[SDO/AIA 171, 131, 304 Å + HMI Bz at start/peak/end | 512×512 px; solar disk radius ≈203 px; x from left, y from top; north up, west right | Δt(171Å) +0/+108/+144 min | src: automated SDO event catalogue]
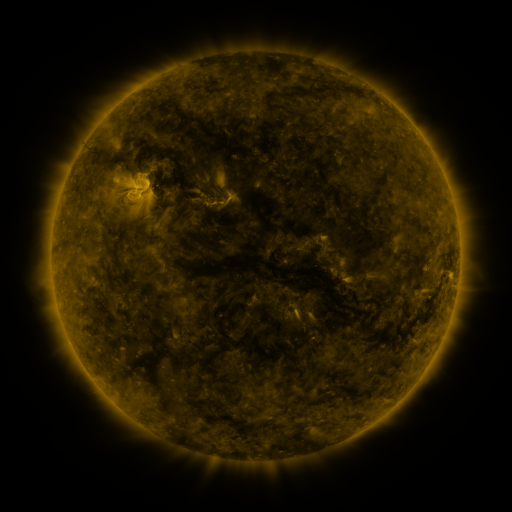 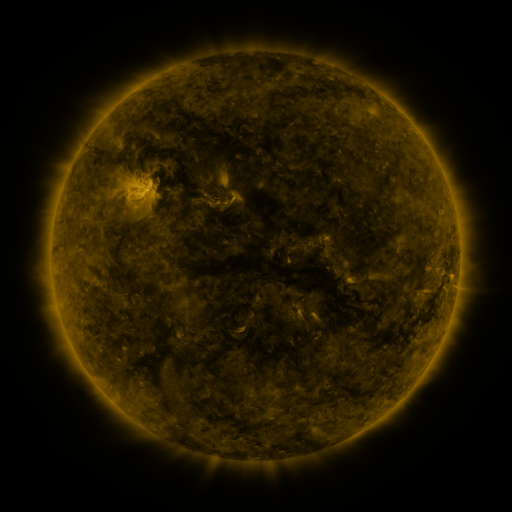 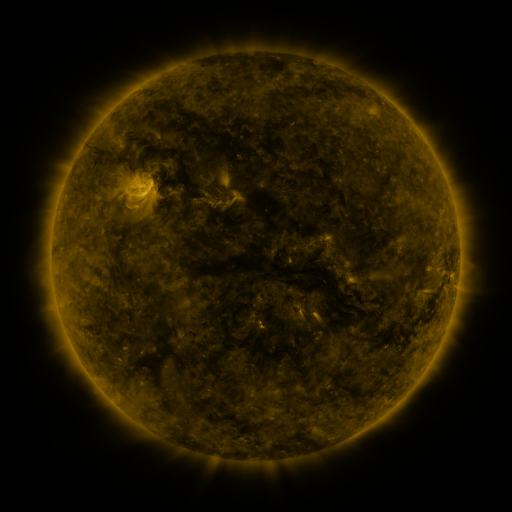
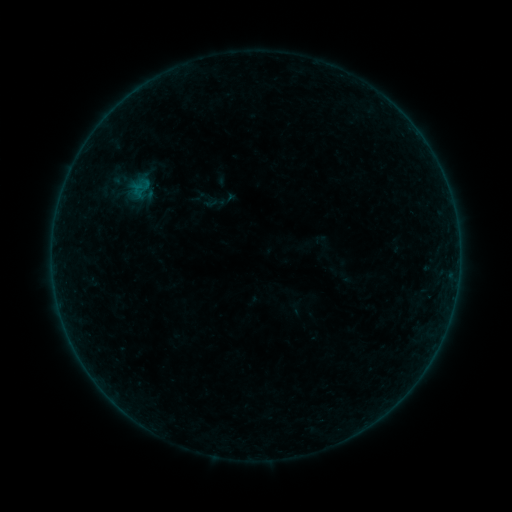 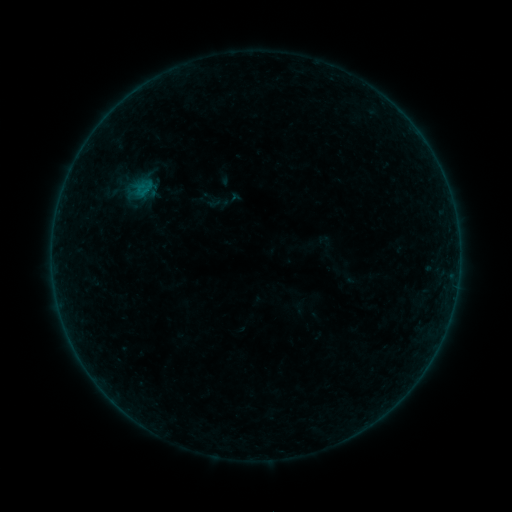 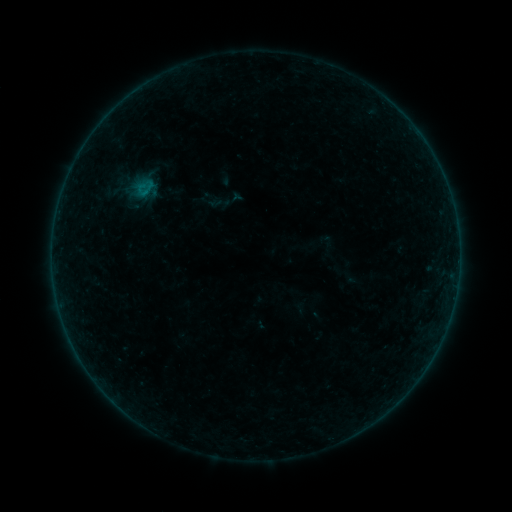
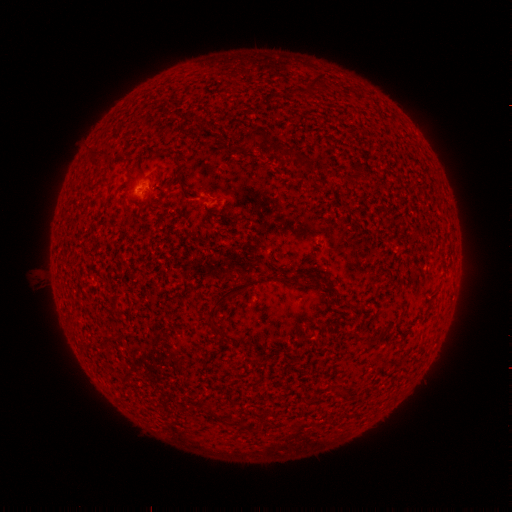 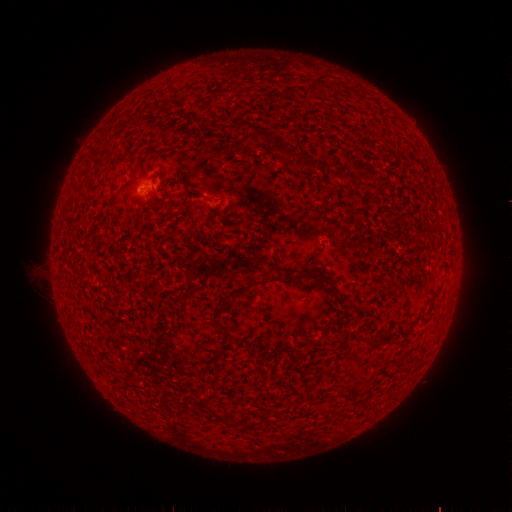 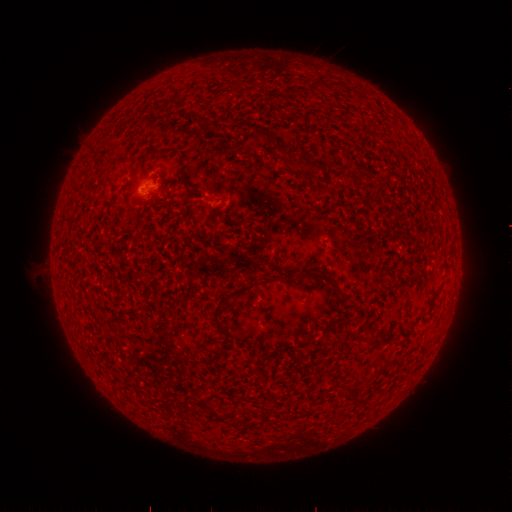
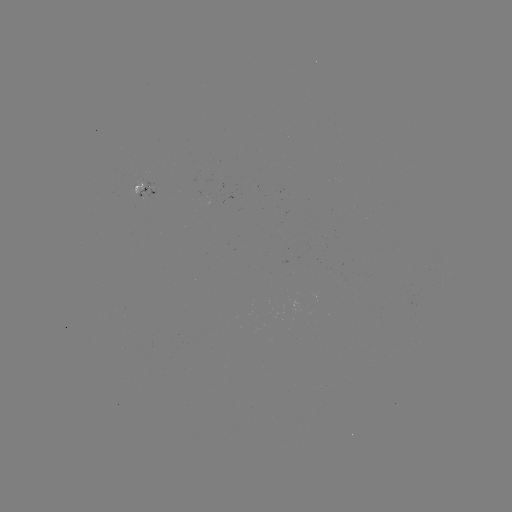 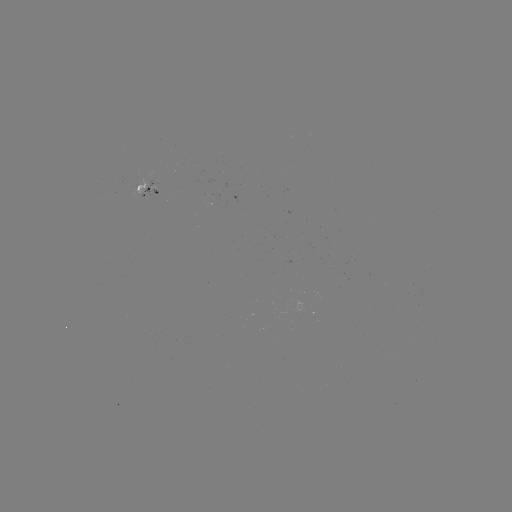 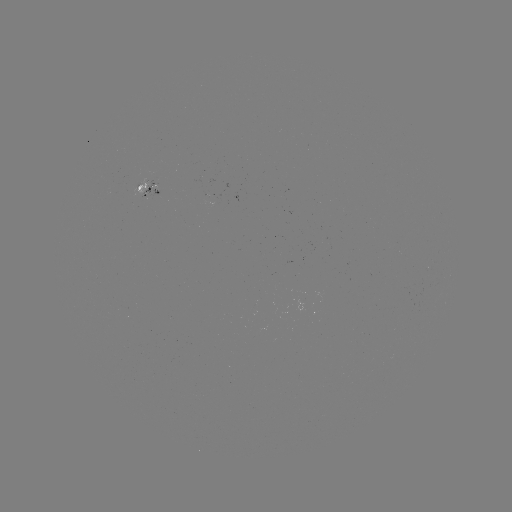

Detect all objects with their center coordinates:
emerging-flux region: (147, 195)
